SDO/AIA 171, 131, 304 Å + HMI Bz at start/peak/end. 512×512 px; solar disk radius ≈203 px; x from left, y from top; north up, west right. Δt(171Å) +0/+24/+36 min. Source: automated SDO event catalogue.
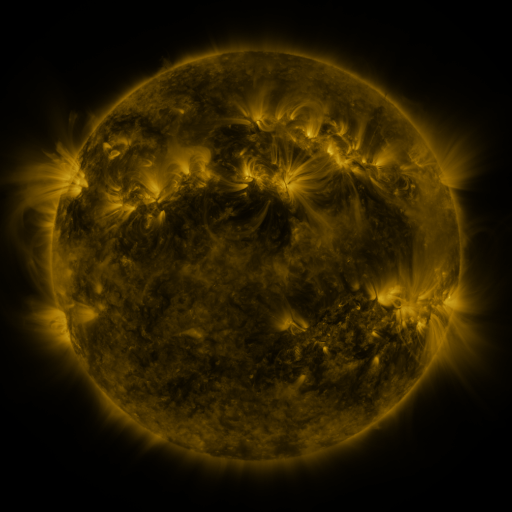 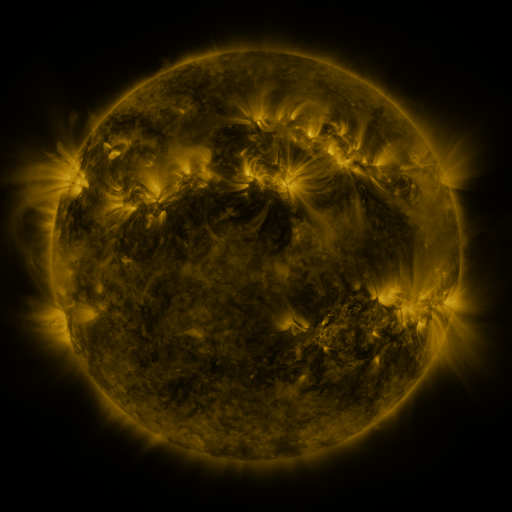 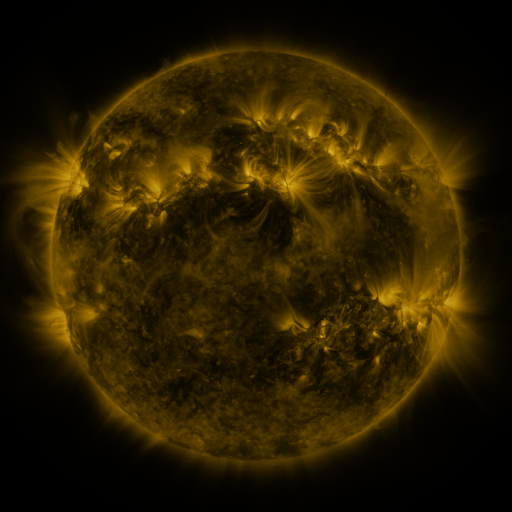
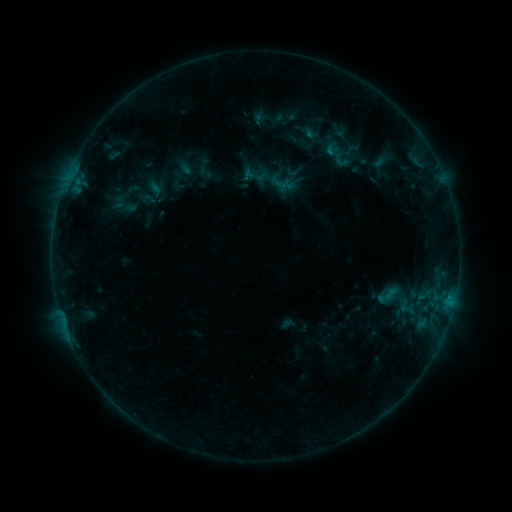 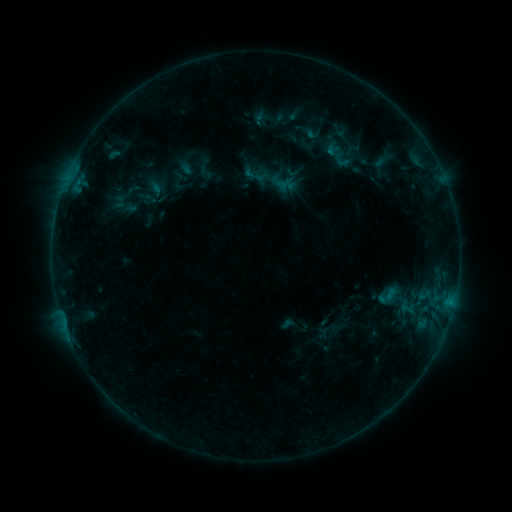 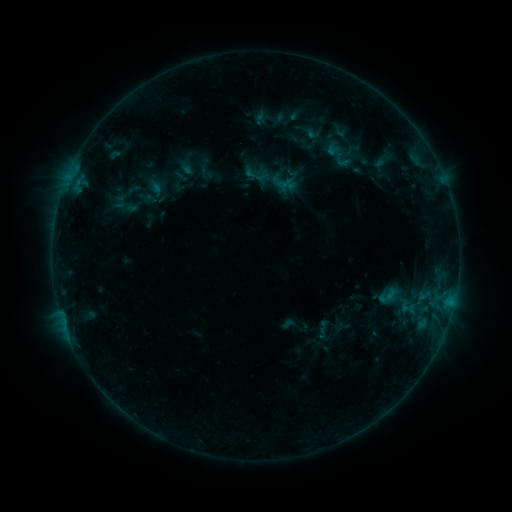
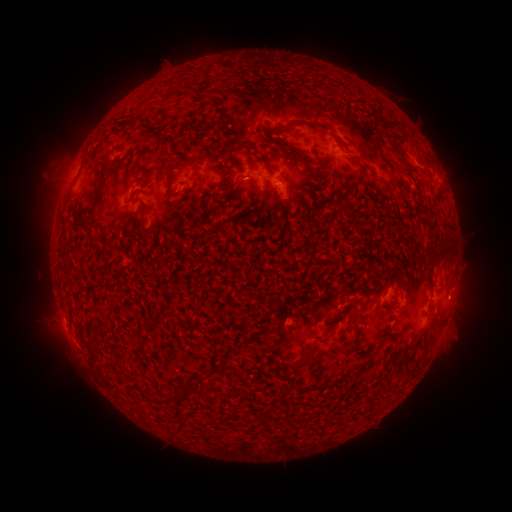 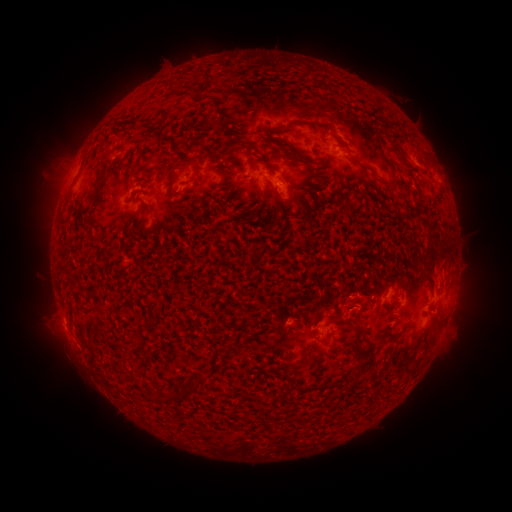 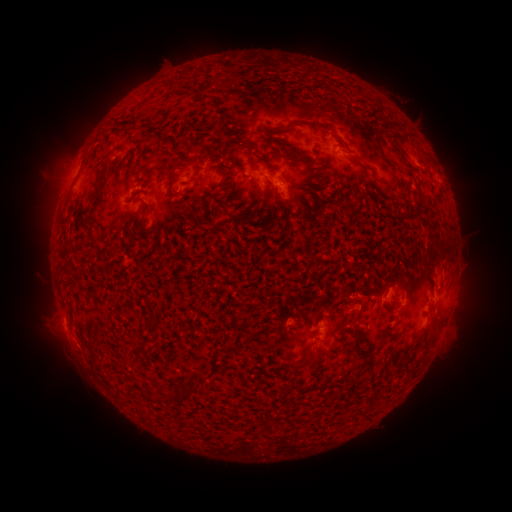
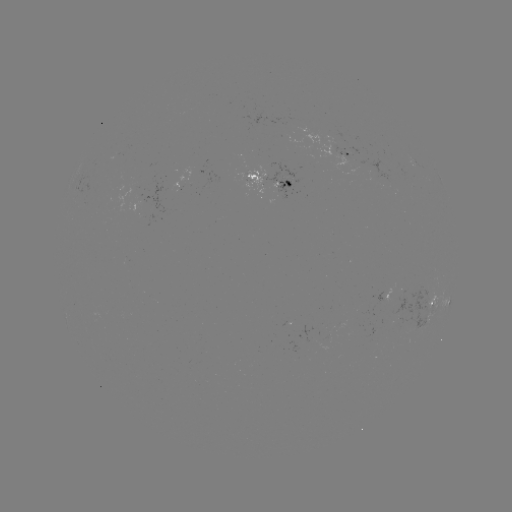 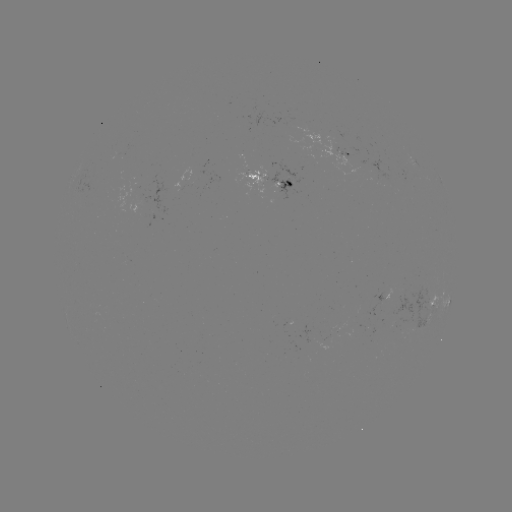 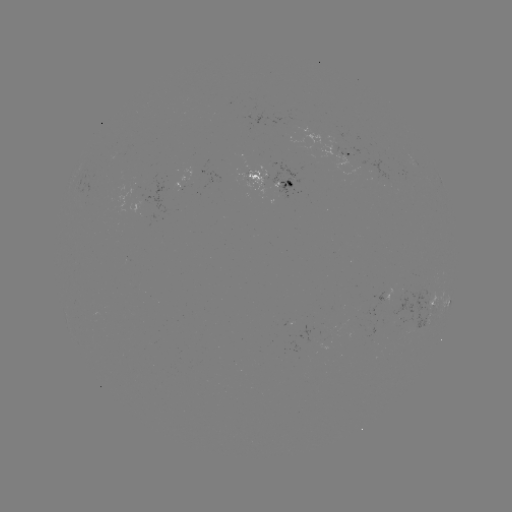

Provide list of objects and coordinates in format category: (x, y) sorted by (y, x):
emerging-flux region: (277, 179)
